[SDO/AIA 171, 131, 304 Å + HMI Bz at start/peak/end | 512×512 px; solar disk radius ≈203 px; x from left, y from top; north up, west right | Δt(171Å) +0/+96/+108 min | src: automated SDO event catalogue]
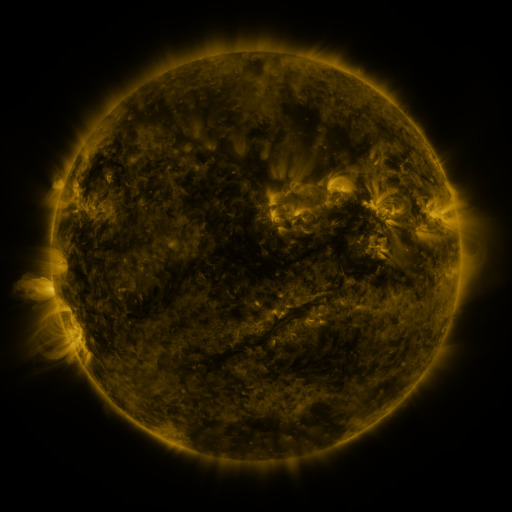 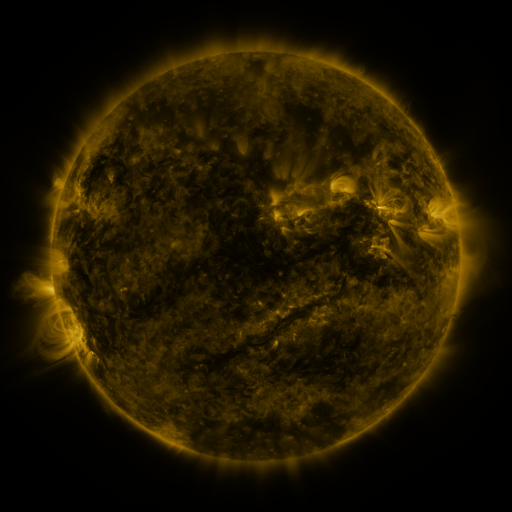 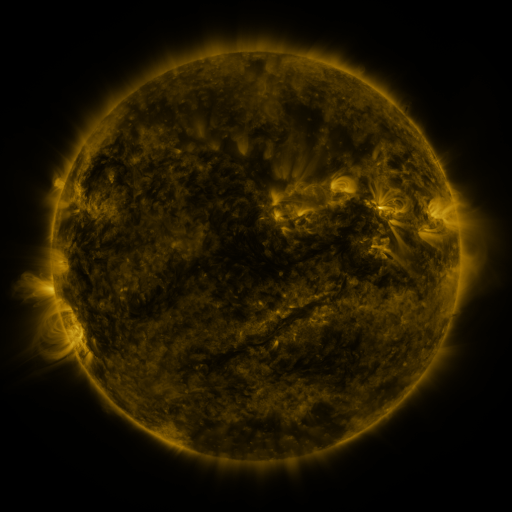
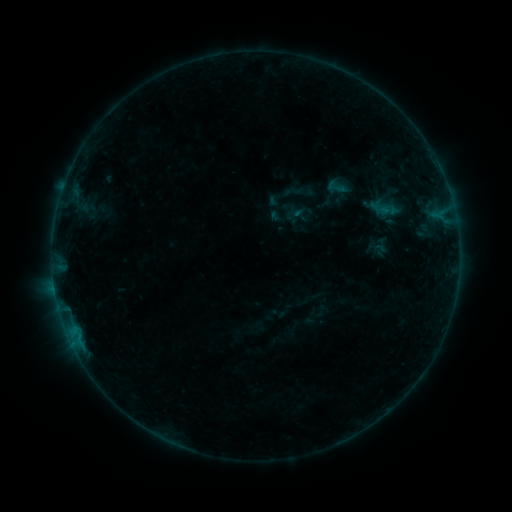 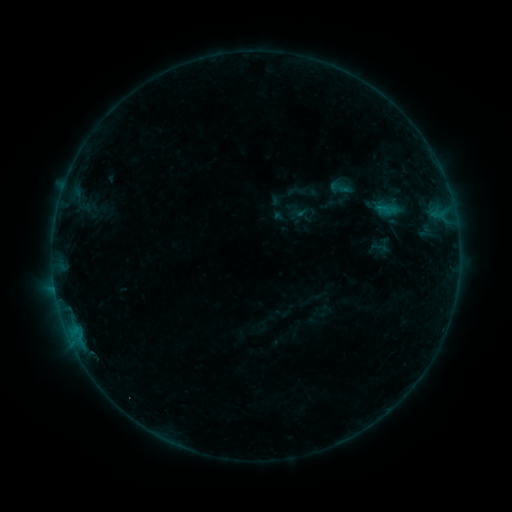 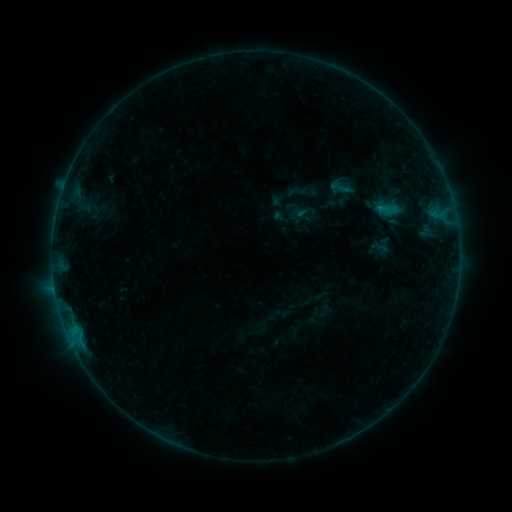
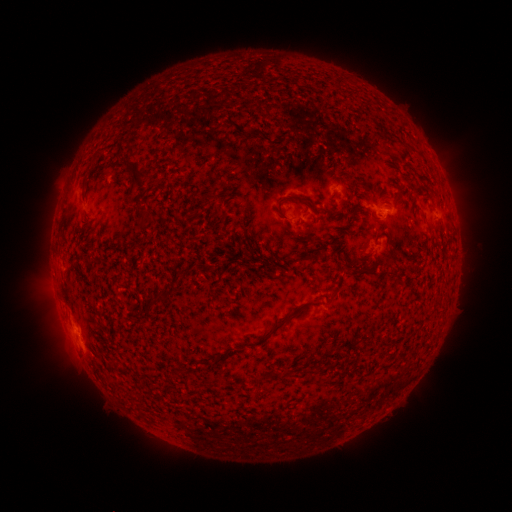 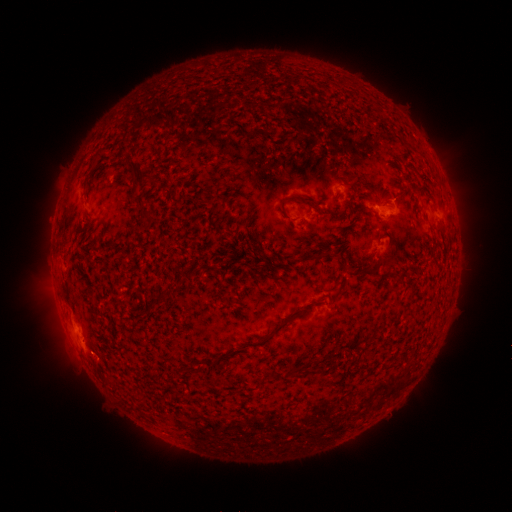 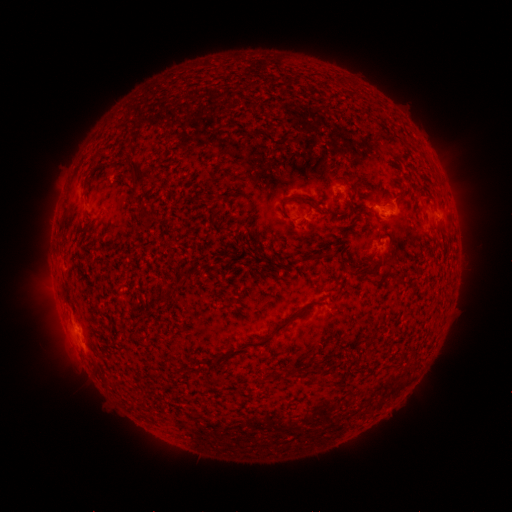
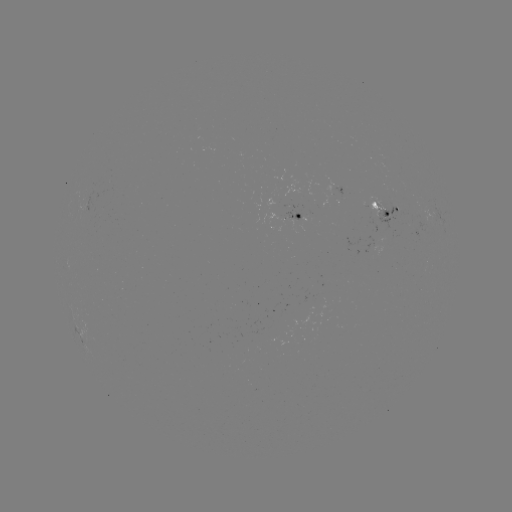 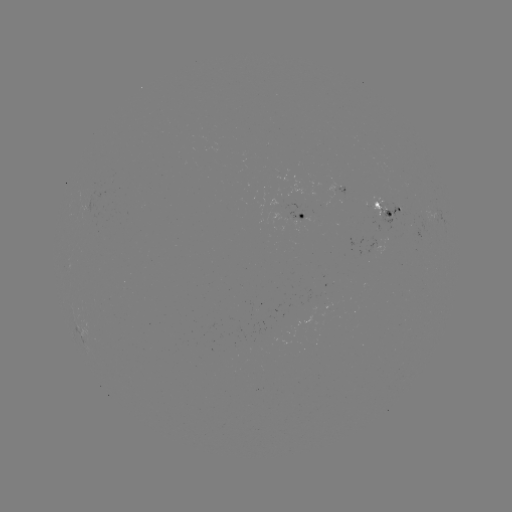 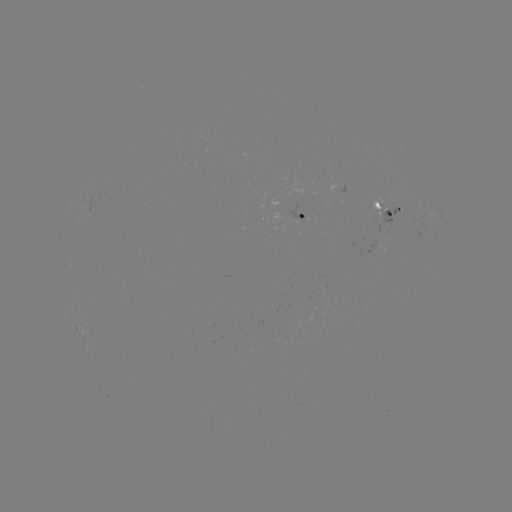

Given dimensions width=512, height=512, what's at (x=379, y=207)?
emerging-flux region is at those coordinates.